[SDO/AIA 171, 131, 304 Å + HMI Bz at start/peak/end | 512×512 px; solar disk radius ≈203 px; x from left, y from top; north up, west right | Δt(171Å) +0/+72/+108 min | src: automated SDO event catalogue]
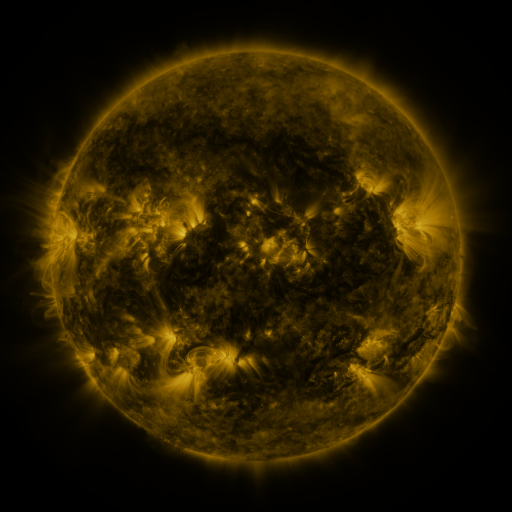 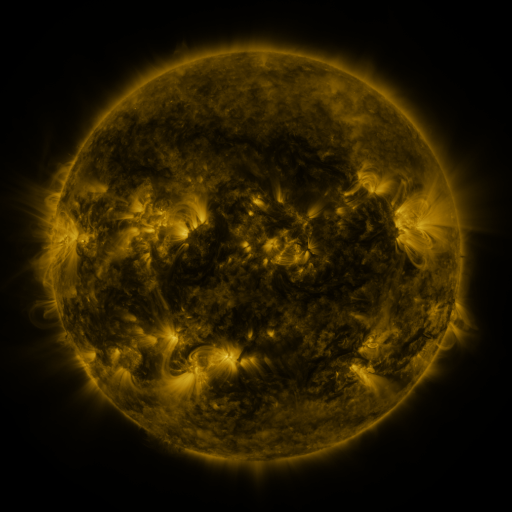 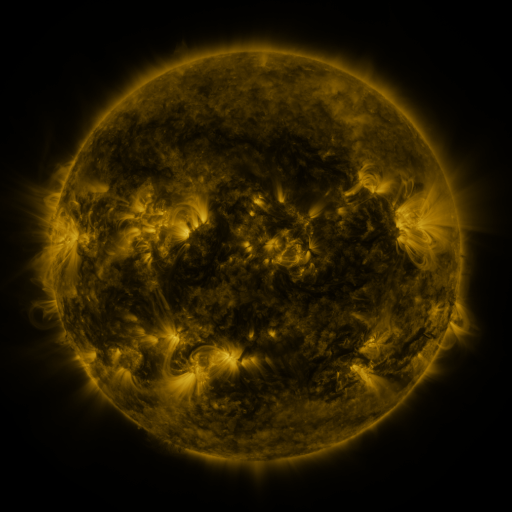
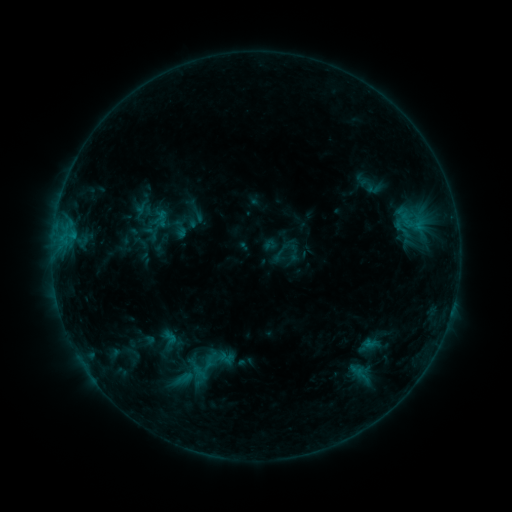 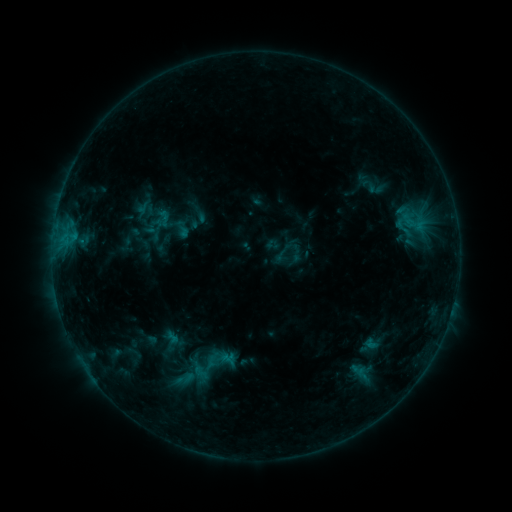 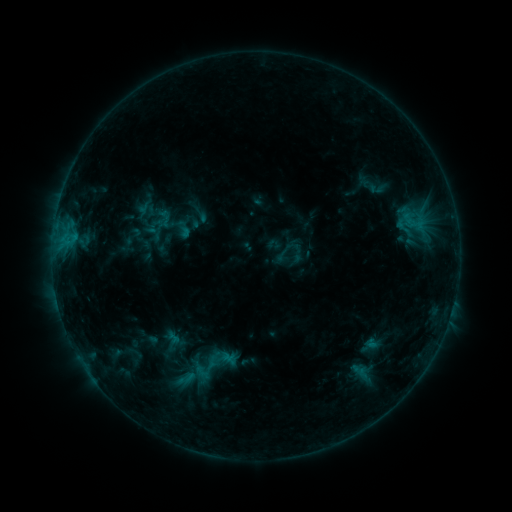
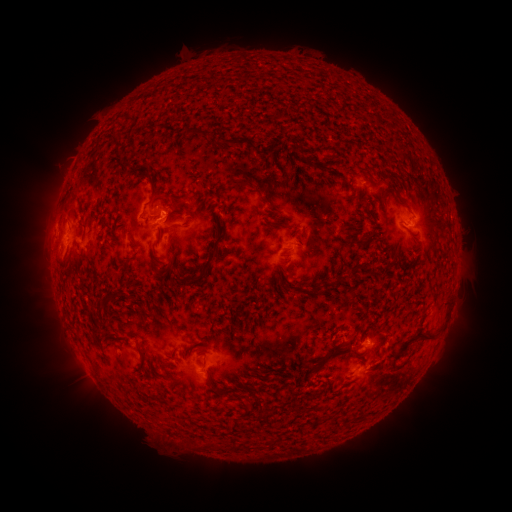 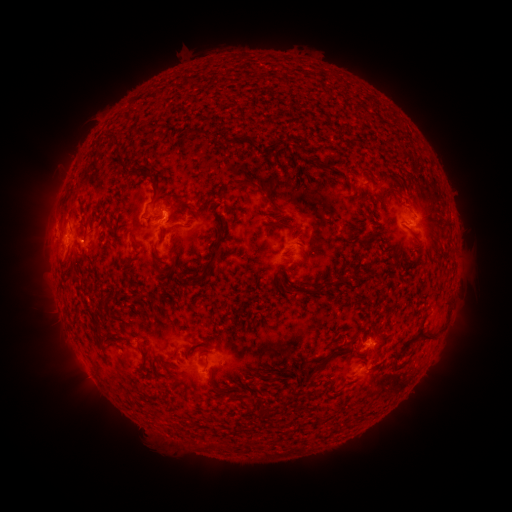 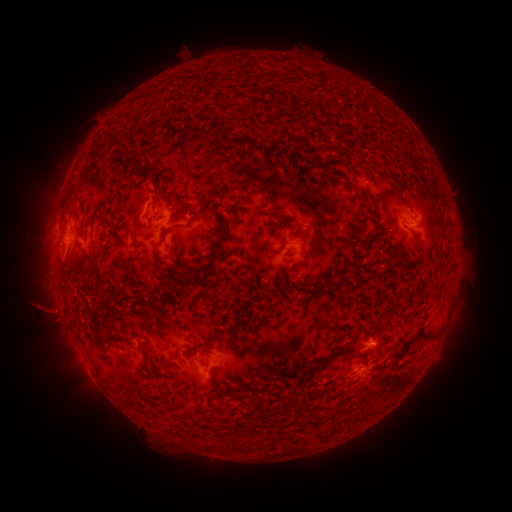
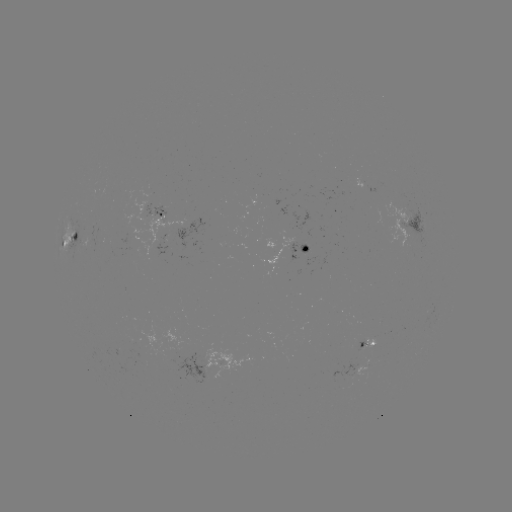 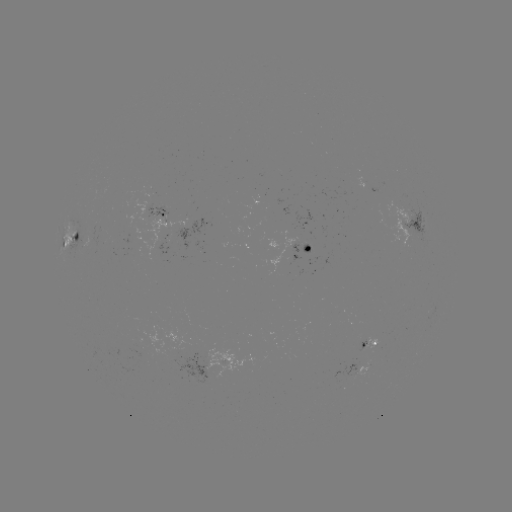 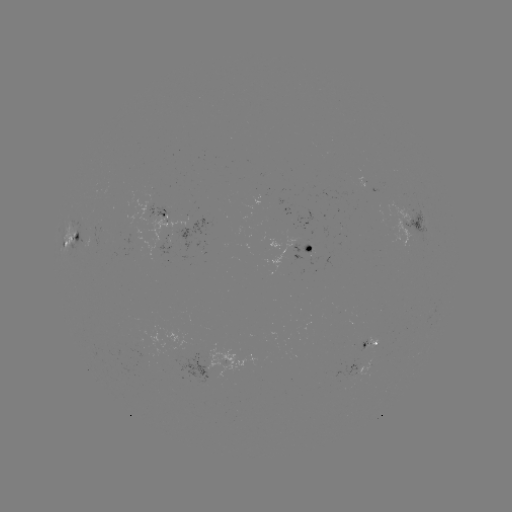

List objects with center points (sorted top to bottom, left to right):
emerging-flux region: (140, 344)
